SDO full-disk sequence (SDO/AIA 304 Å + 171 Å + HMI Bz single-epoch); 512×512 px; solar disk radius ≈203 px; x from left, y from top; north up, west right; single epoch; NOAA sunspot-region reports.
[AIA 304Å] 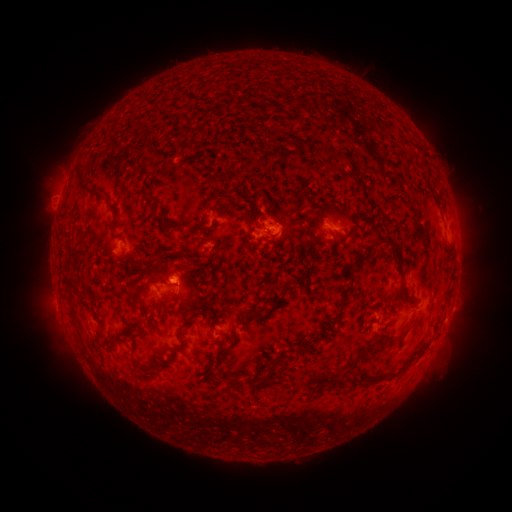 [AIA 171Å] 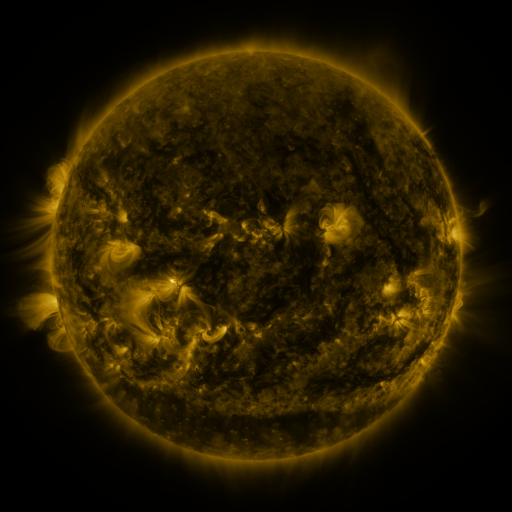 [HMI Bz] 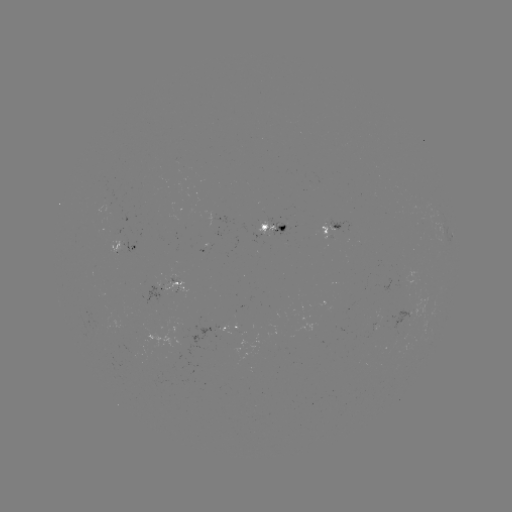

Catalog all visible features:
spotted active region: (333, 227)
spotted active region: (273, 228)
spotted active region: (451, 234)
spotted active region: (128, 249)
spotted active region: (176, 287)
spotted active region: (235, 326)
